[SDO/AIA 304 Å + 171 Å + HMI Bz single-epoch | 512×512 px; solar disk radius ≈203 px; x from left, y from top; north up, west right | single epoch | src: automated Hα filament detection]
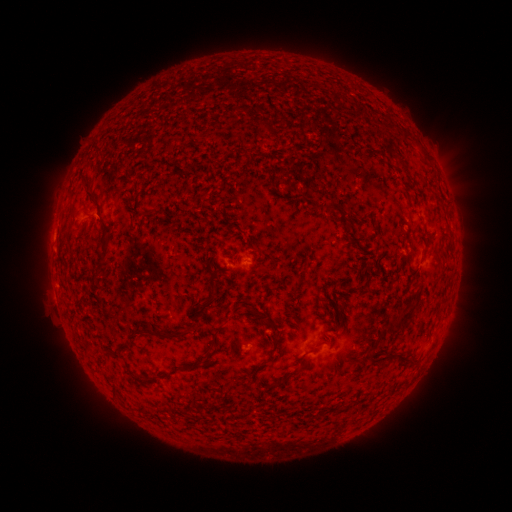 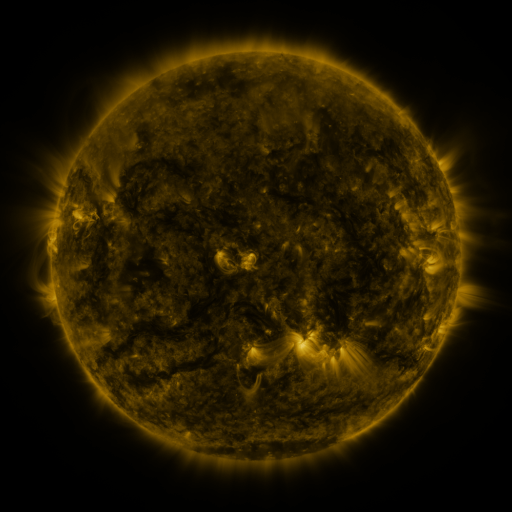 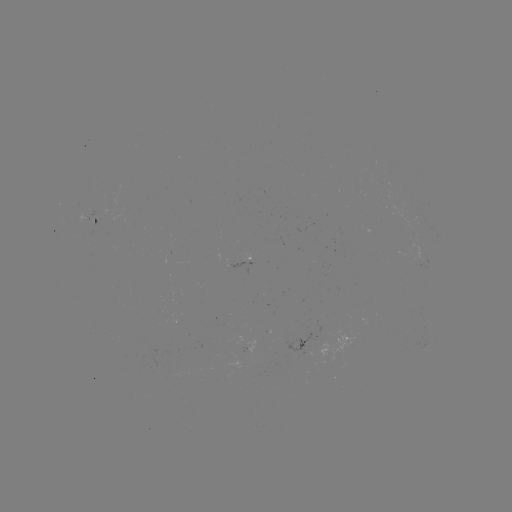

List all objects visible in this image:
filament: (405, 134)
filament: (422, 153)
filament: (402, 163)
filament: (88, 191)
filament: (106, 229)
filament: (257, 263)
filament: (101, 268)
filament: (212, 276)
filament: (236, 307)
filament: (252, 310)
filament: (196, 319)
filament: (267, 323)
filament: (401, 324)
filament: (169, 336)
filament: (215, 336)
filament: (276, 346)
filament: (111, 354)
filament: (191, 368)
filament: (260, 369)
filament: (290, 375)
filament: (162, 377)
